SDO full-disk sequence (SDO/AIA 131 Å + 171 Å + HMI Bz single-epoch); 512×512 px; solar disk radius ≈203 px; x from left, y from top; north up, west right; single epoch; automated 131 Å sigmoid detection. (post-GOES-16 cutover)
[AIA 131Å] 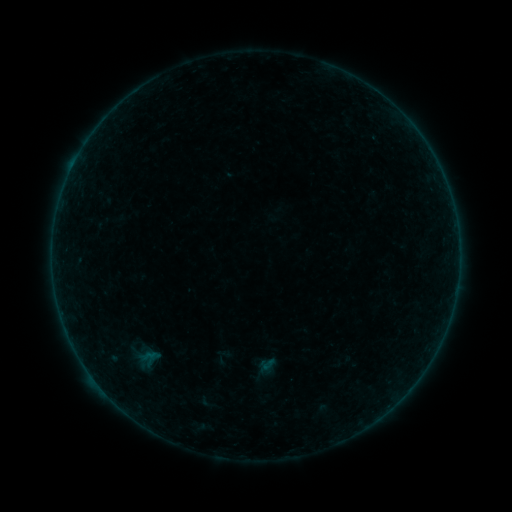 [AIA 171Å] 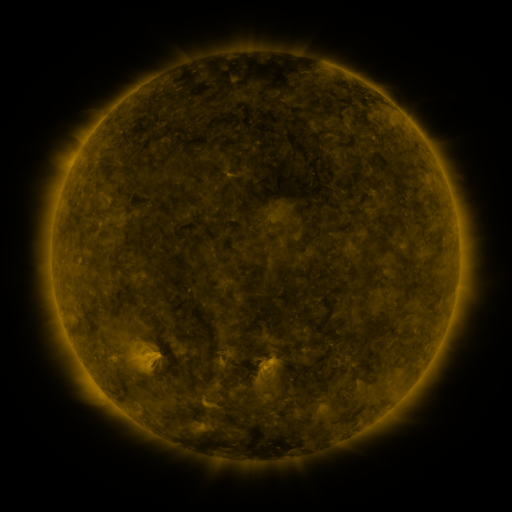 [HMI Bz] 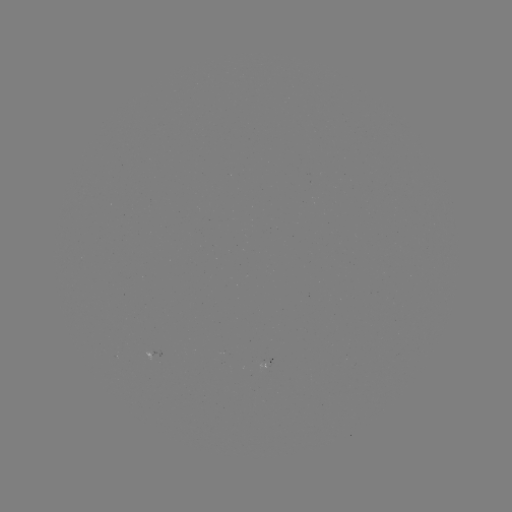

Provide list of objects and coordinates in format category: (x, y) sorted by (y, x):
sigmoid: (207, 403)
